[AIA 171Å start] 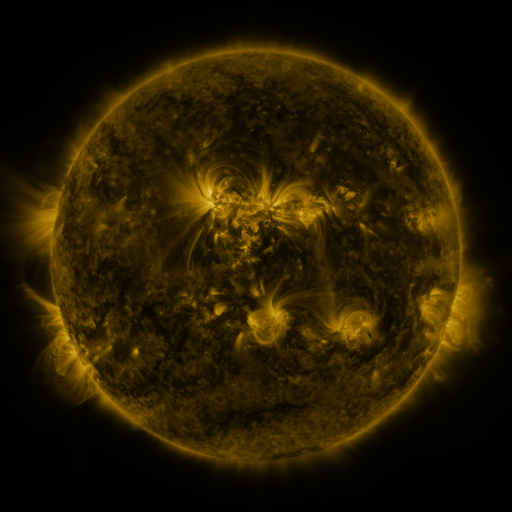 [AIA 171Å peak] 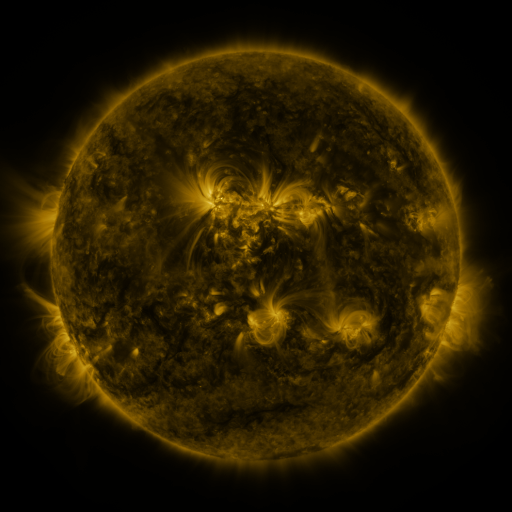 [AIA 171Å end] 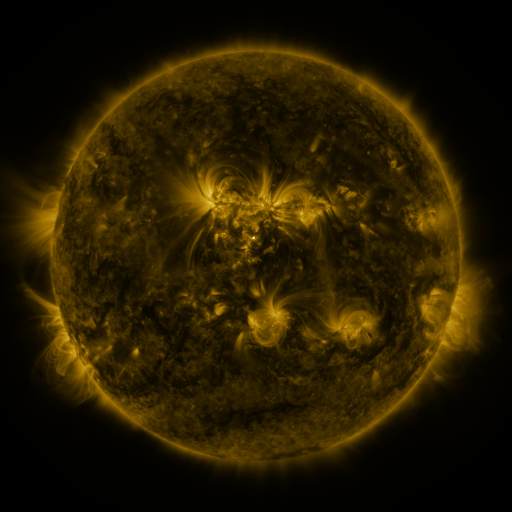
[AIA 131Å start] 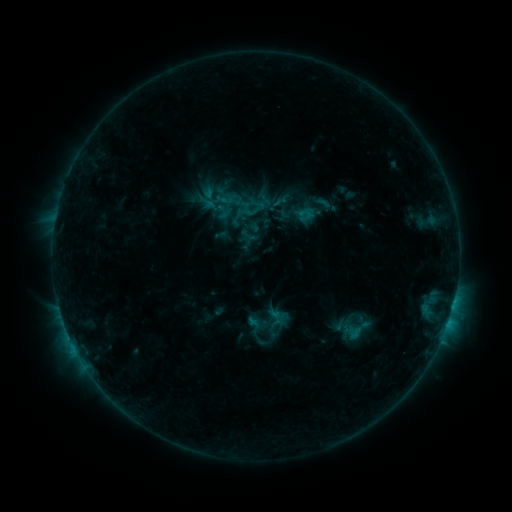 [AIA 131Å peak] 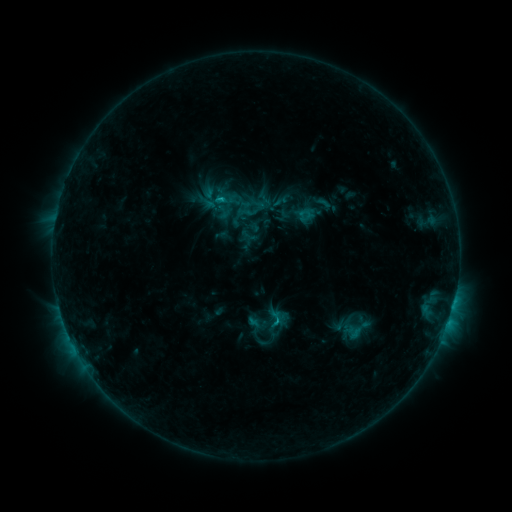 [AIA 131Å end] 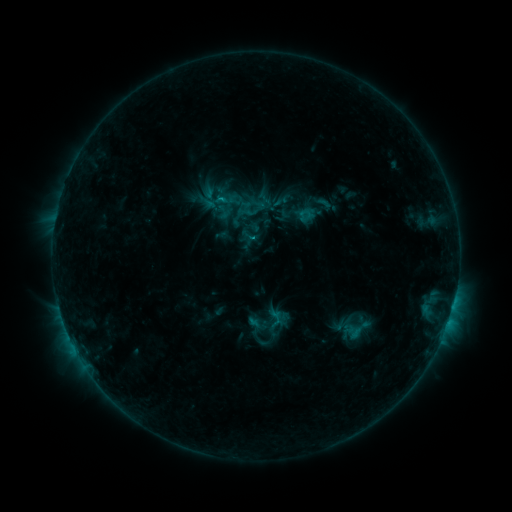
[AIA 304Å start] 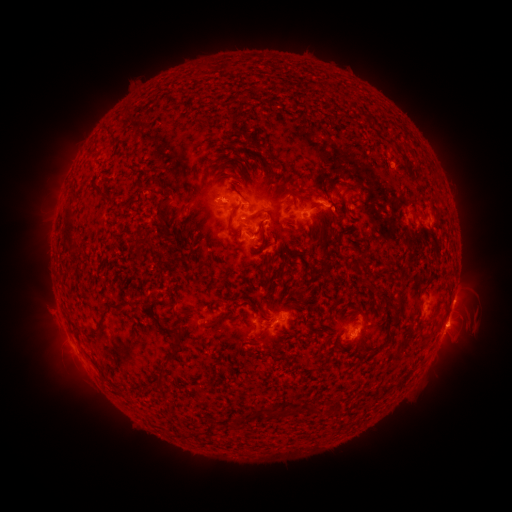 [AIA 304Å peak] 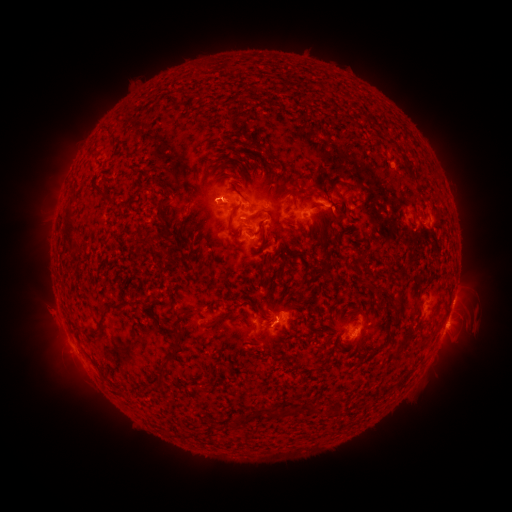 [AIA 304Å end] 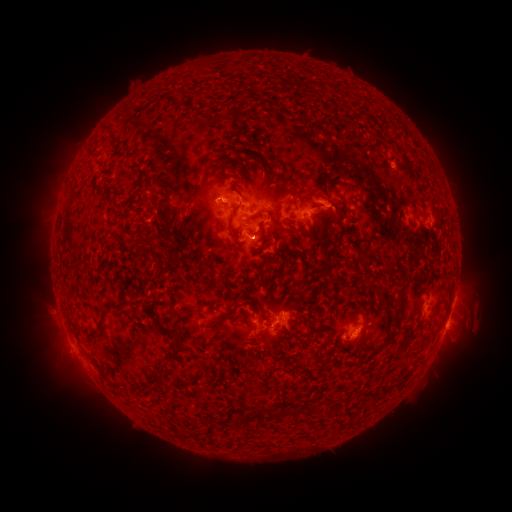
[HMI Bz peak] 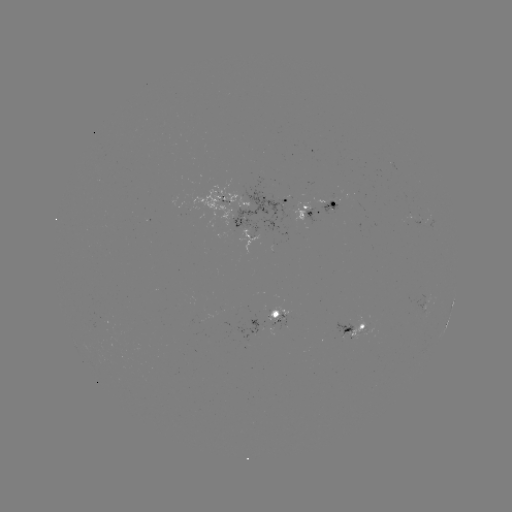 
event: flare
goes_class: C1.0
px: (276, 319)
